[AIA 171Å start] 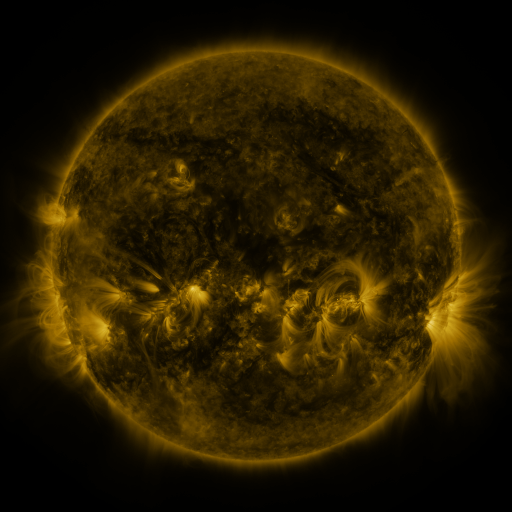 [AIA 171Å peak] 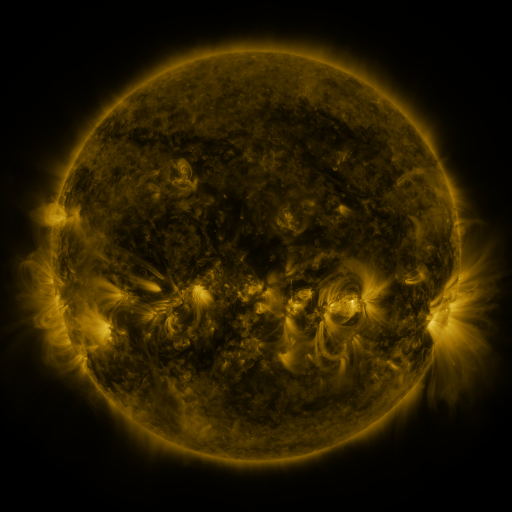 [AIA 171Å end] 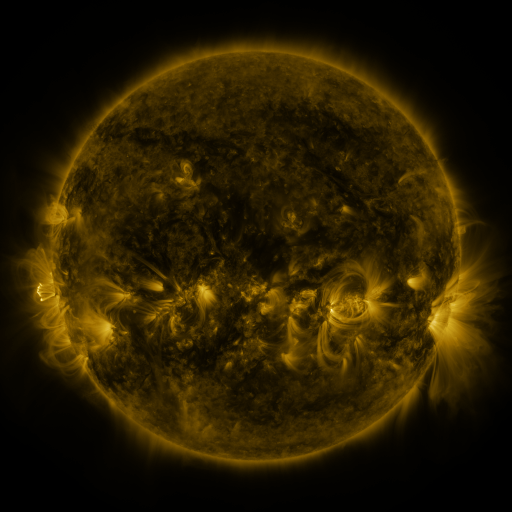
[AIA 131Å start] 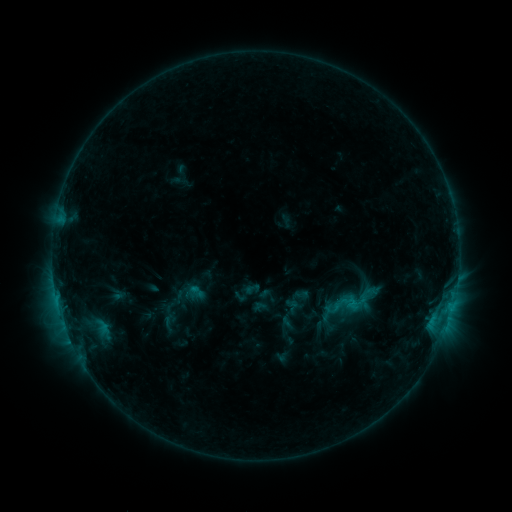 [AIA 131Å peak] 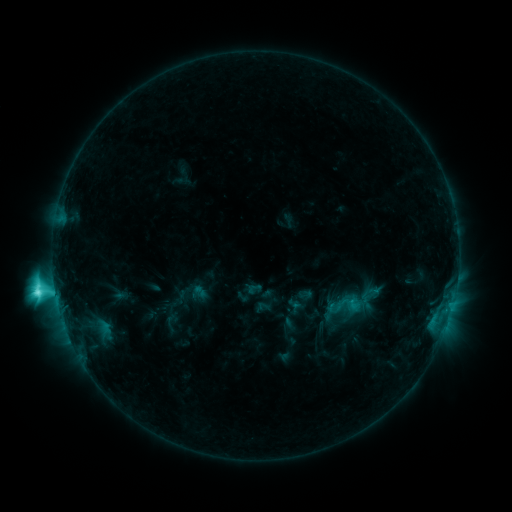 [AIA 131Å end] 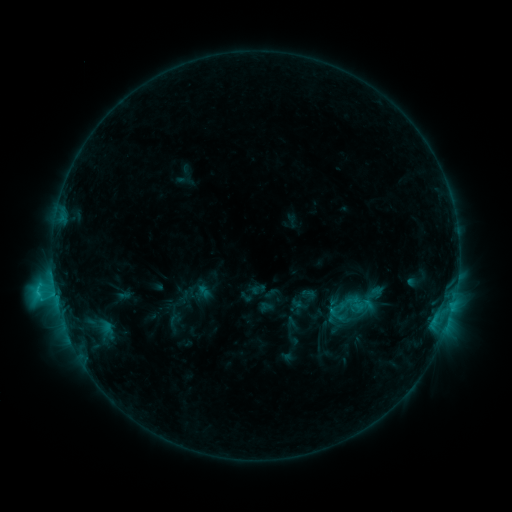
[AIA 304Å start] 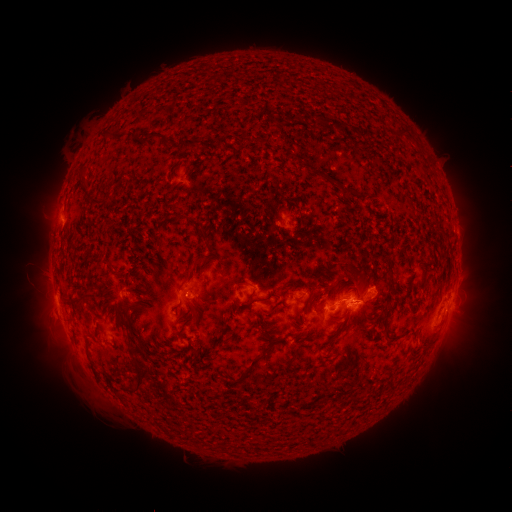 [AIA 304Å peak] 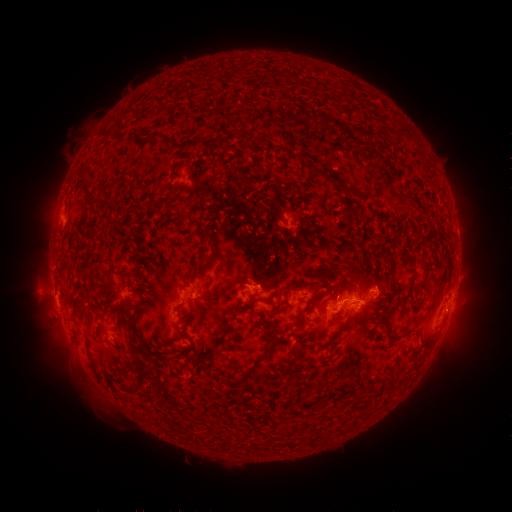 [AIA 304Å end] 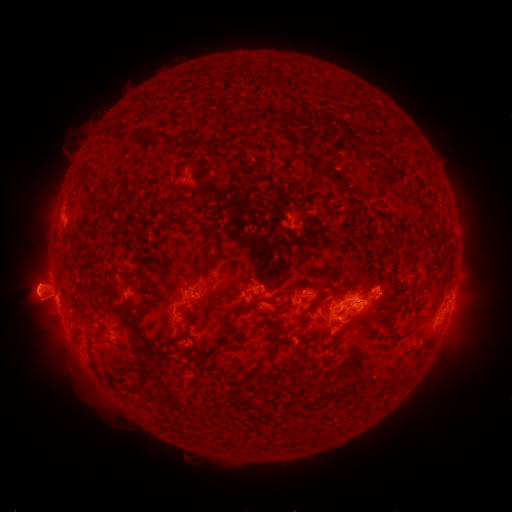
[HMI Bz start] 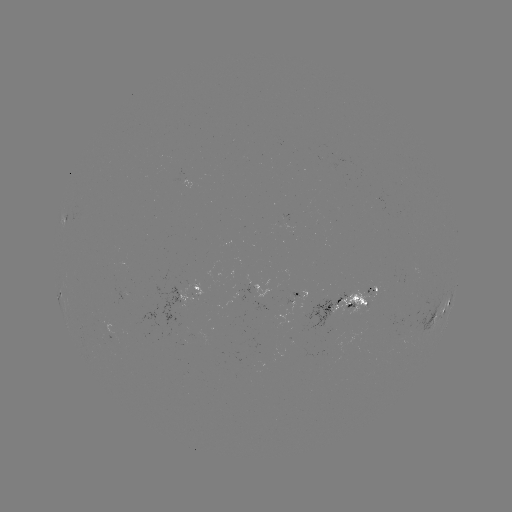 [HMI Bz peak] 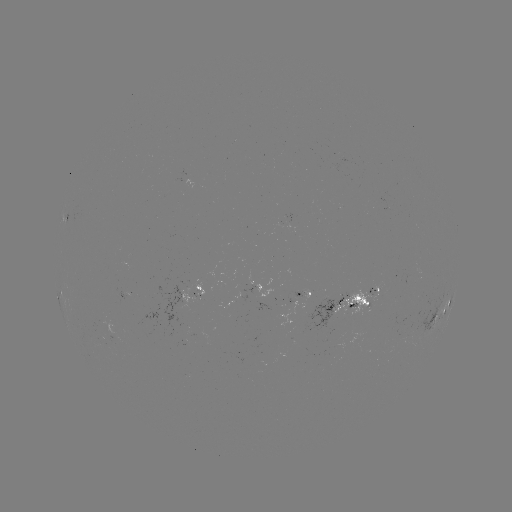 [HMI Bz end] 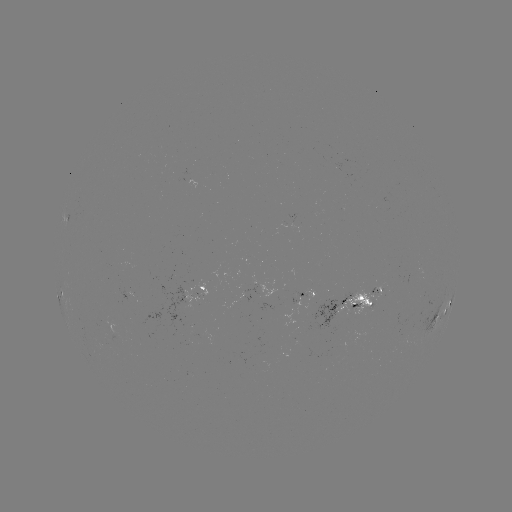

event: flare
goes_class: C8.9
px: (55, 287)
